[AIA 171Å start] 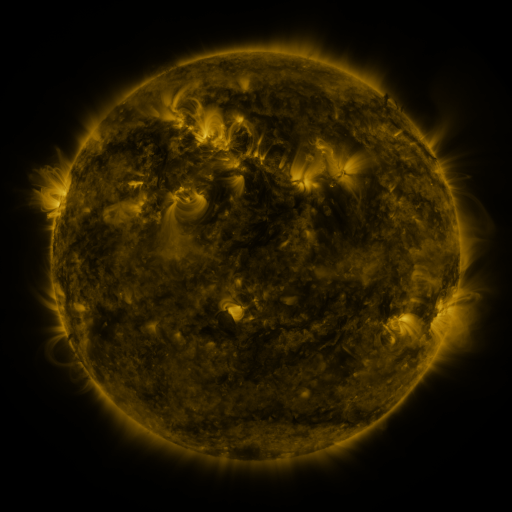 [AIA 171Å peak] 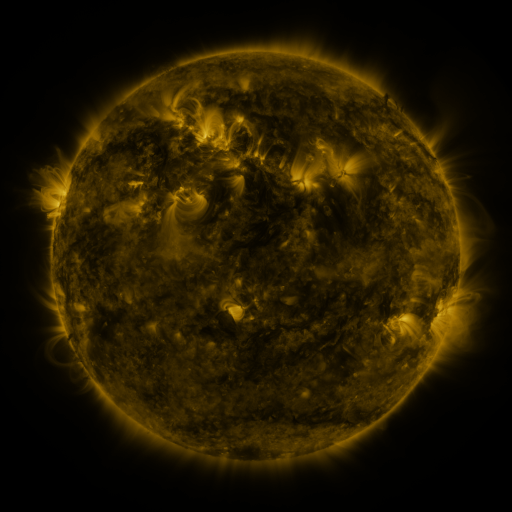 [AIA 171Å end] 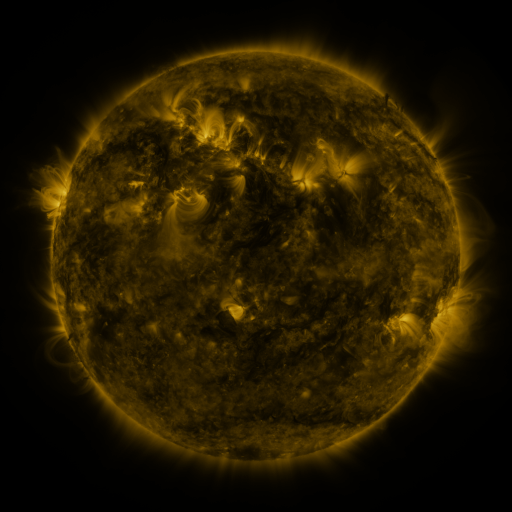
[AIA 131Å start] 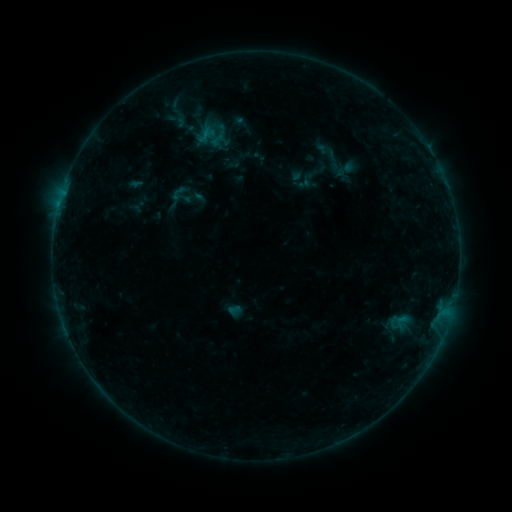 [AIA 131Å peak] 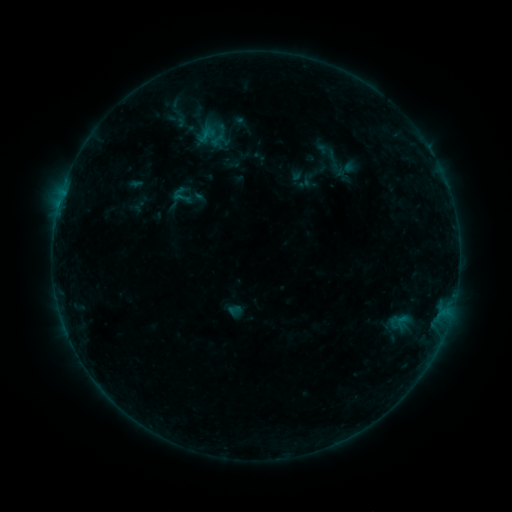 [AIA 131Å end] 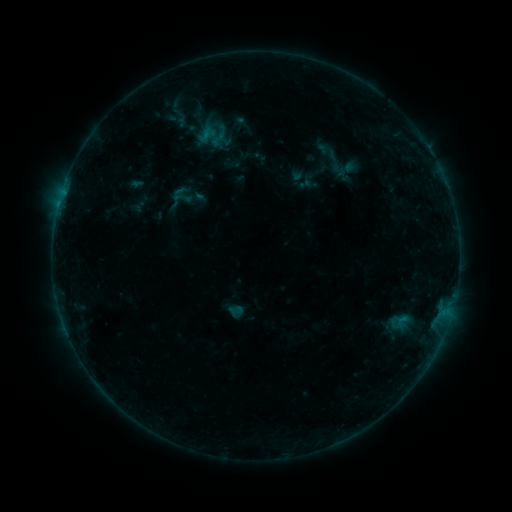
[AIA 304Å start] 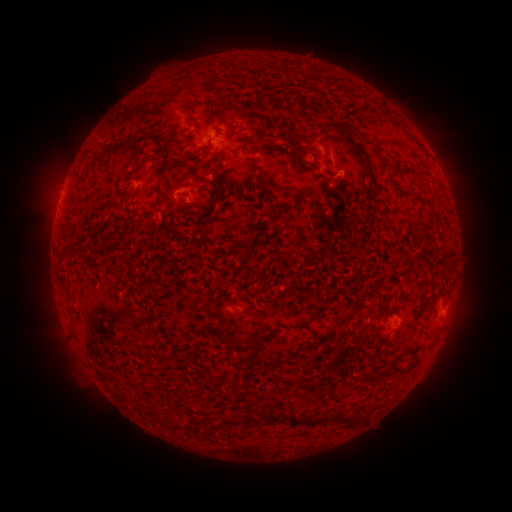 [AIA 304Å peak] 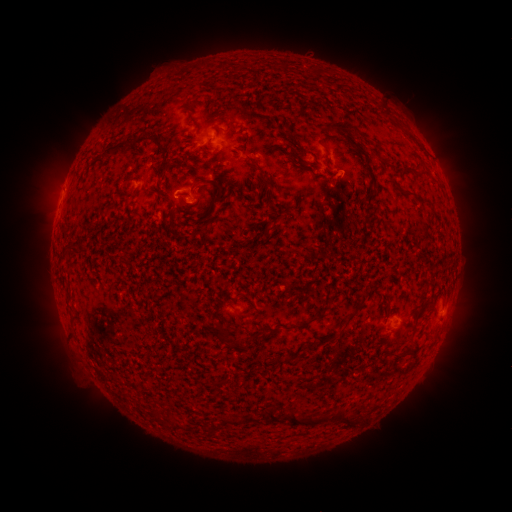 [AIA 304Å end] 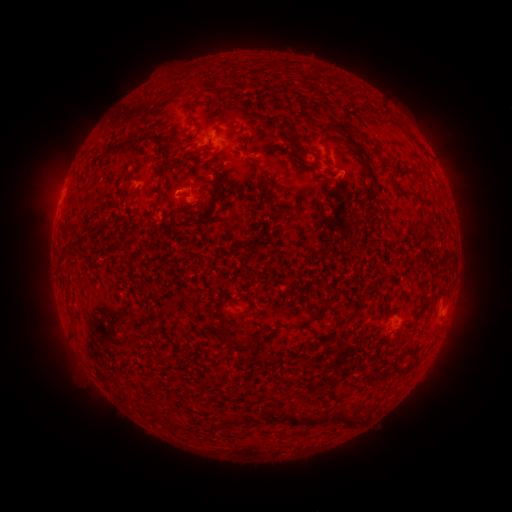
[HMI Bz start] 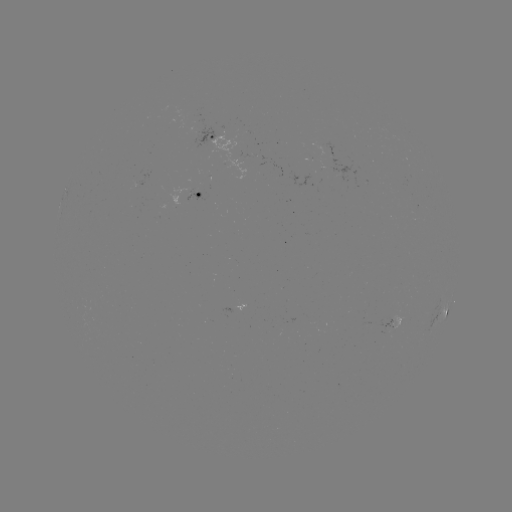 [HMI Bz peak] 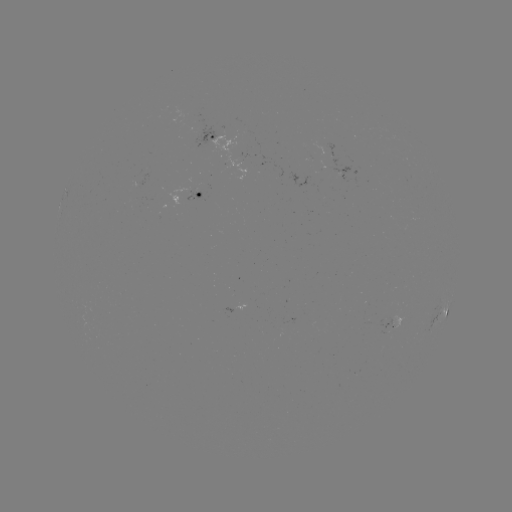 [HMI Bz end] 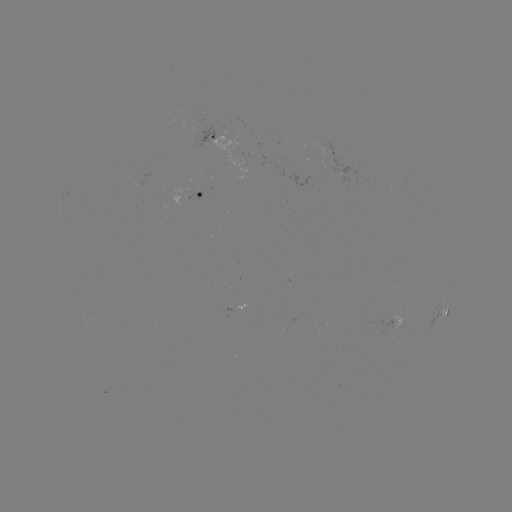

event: flare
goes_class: B2.7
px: (180, 198)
